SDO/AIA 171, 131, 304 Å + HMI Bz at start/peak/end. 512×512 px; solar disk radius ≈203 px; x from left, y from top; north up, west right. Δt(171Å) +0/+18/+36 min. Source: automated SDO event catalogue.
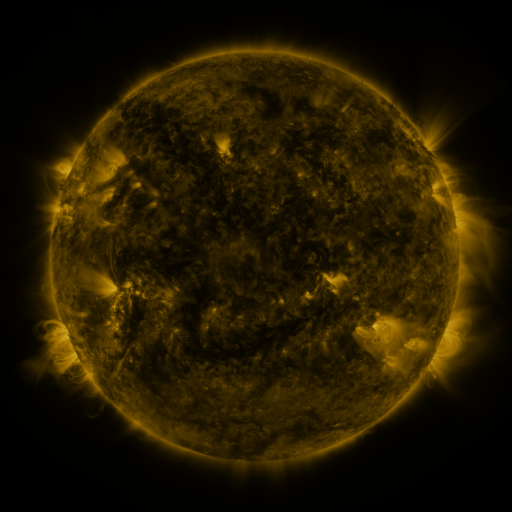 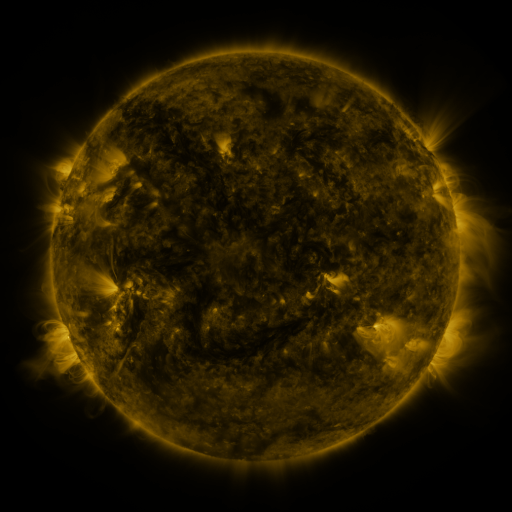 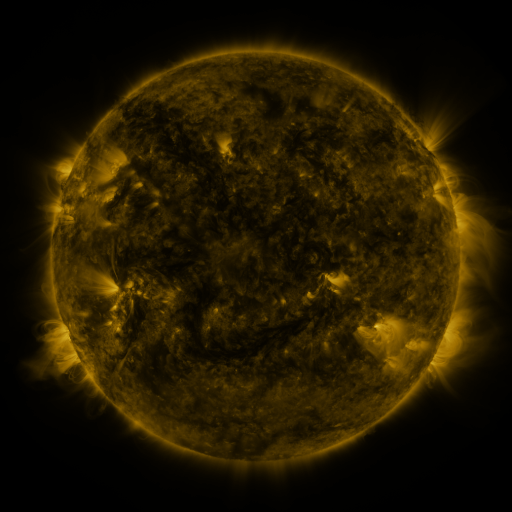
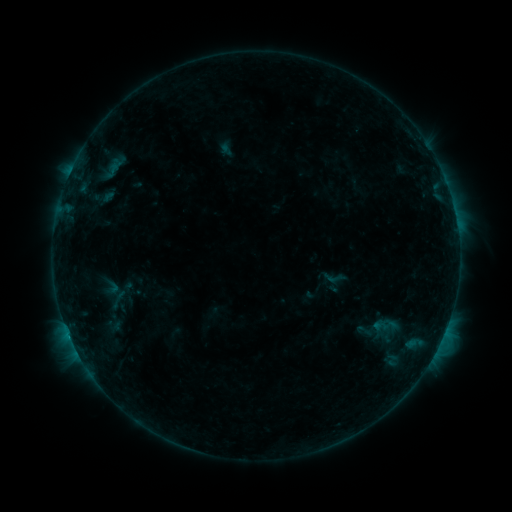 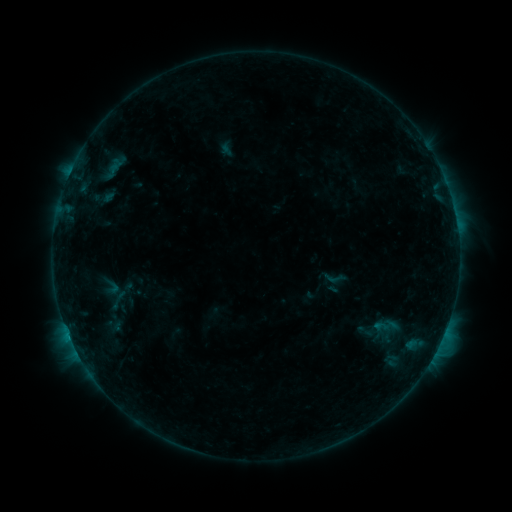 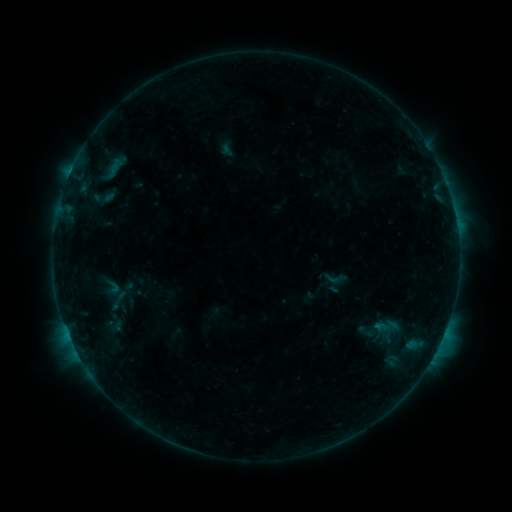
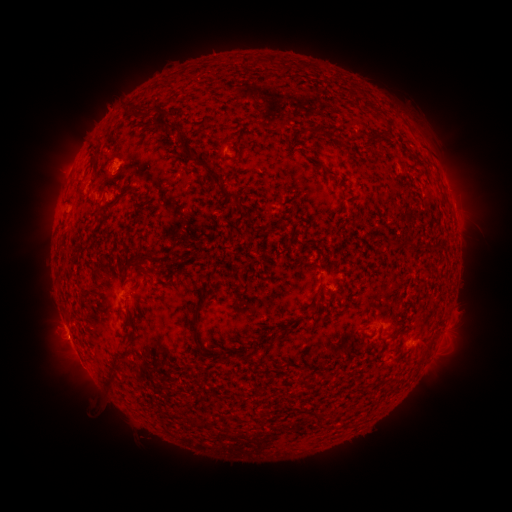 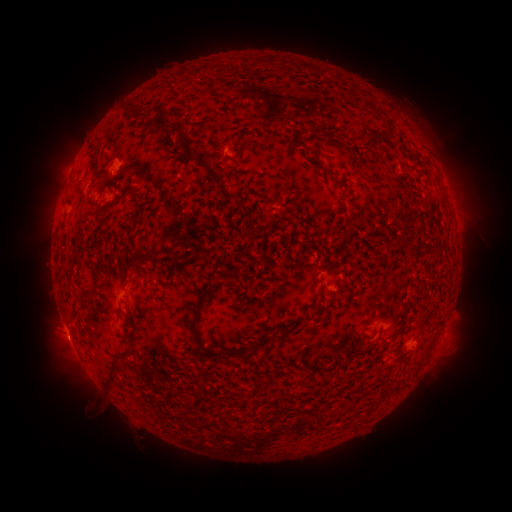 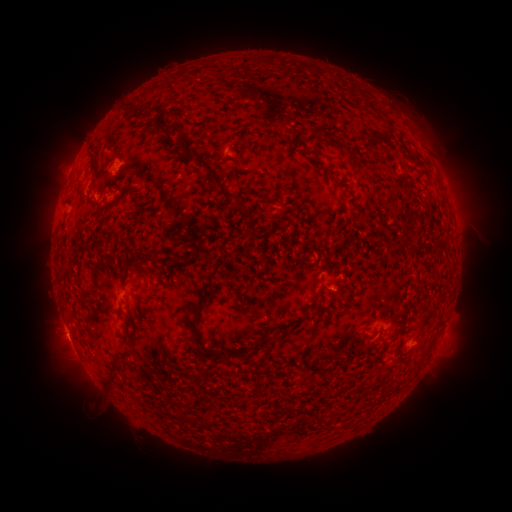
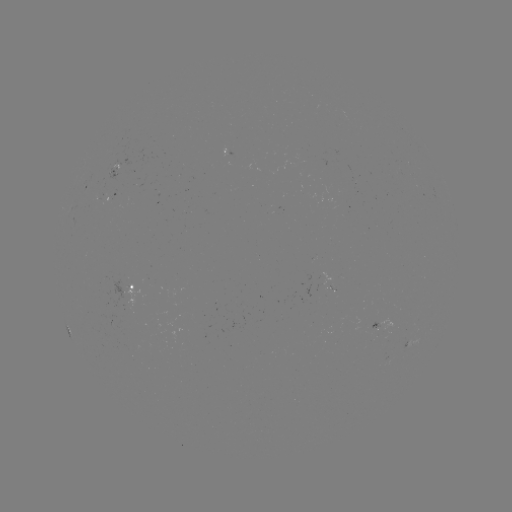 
no catalogued flare and no flagged EUV brightening in this window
